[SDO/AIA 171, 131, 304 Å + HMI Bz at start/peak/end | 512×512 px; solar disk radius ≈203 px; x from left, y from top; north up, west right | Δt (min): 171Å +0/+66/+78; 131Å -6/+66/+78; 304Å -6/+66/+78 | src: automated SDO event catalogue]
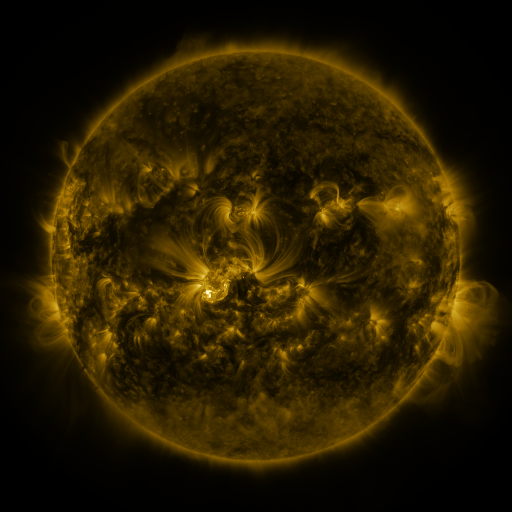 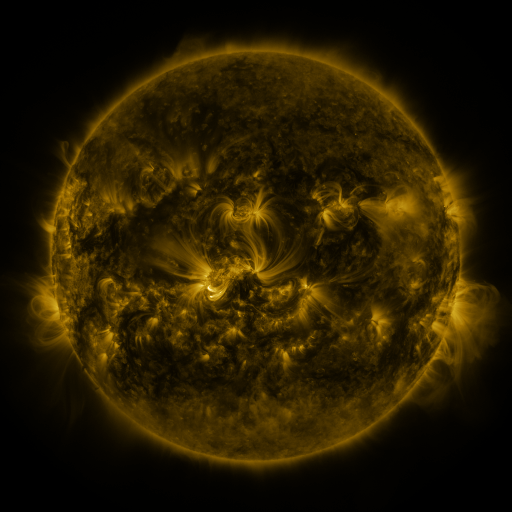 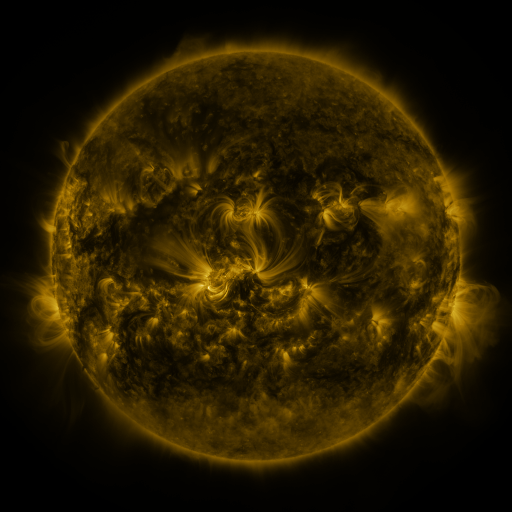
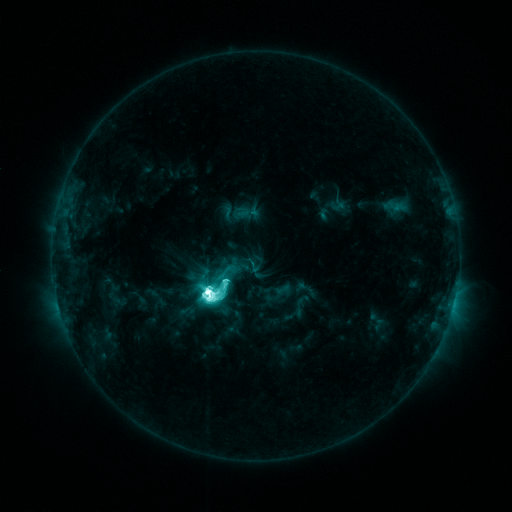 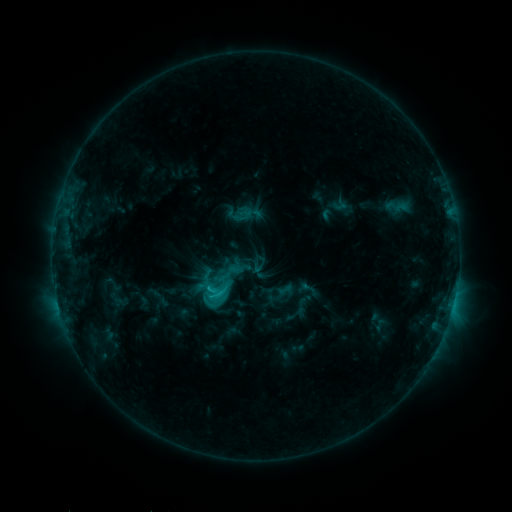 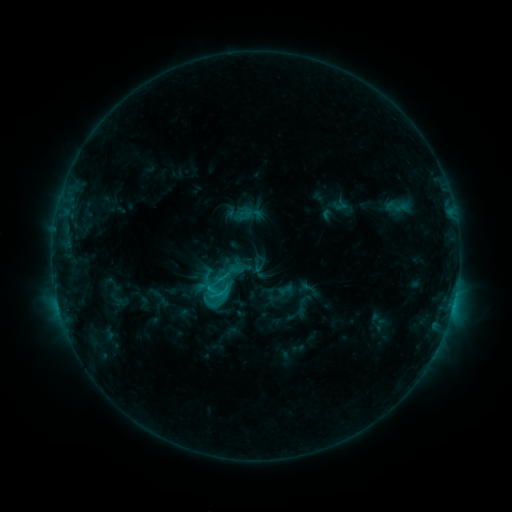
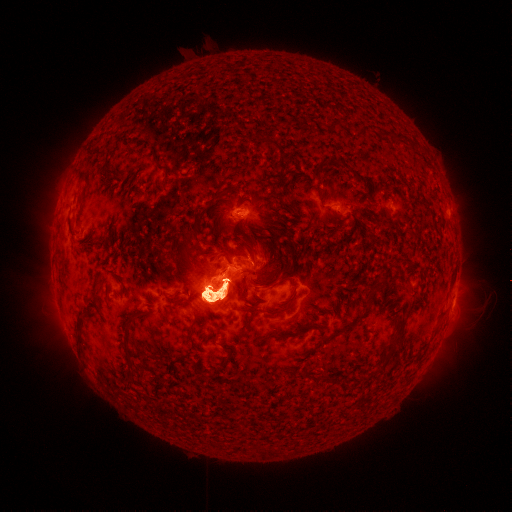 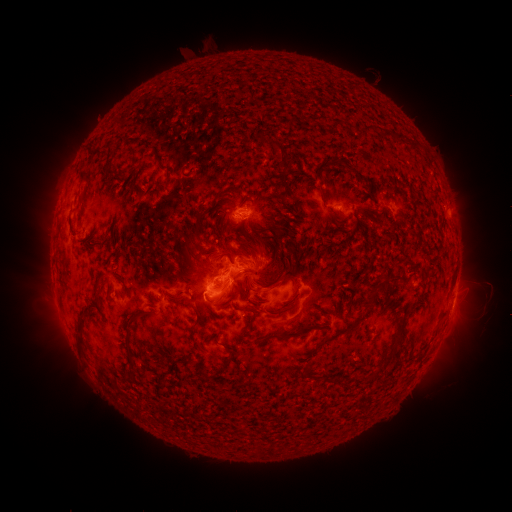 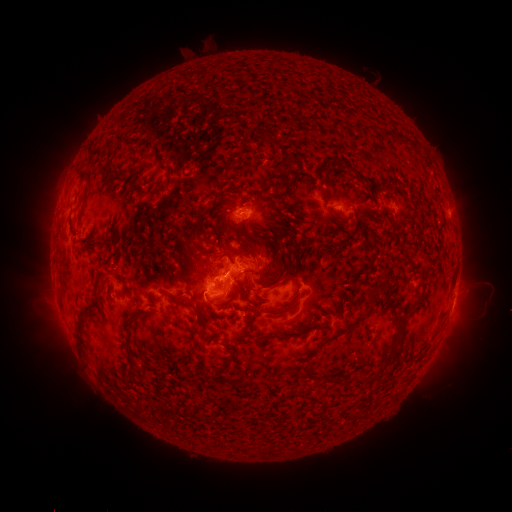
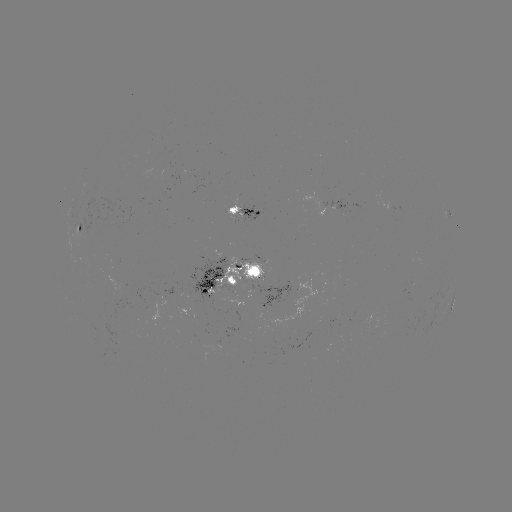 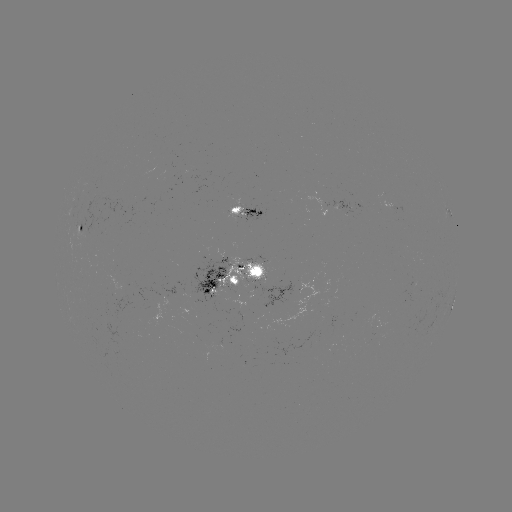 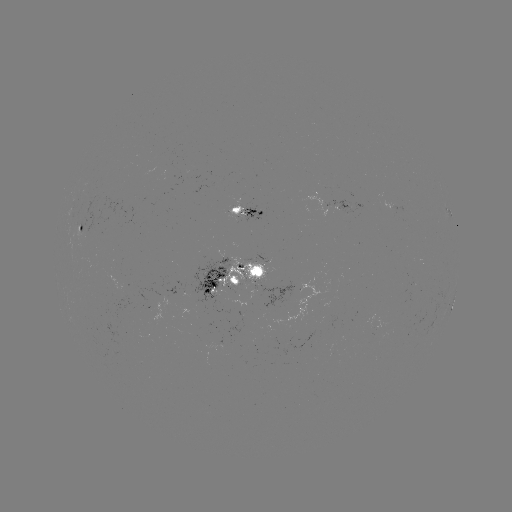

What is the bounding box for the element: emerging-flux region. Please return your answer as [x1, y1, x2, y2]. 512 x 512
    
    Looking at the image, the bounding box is [188, 259, 231, 304].